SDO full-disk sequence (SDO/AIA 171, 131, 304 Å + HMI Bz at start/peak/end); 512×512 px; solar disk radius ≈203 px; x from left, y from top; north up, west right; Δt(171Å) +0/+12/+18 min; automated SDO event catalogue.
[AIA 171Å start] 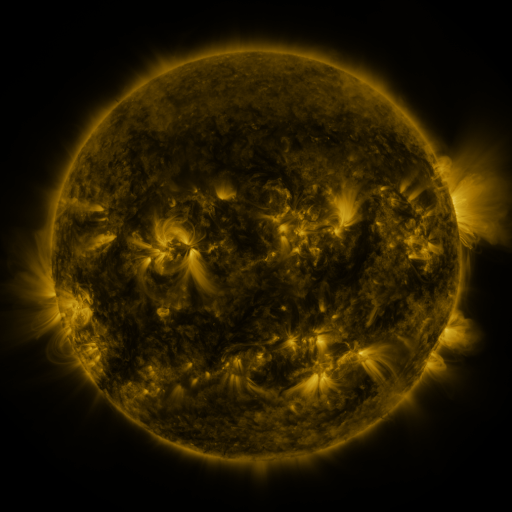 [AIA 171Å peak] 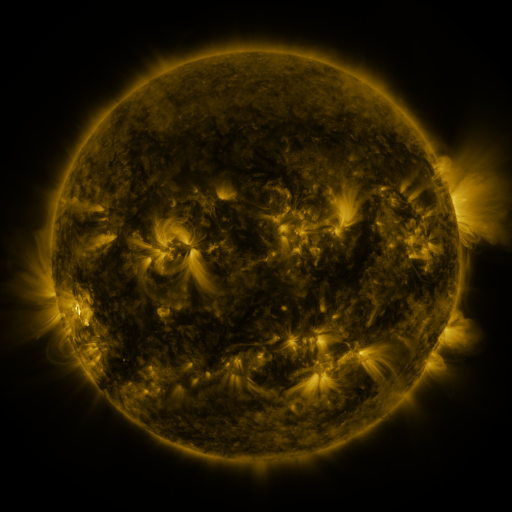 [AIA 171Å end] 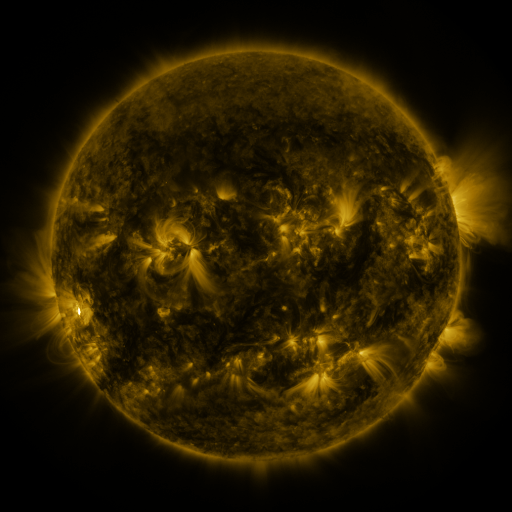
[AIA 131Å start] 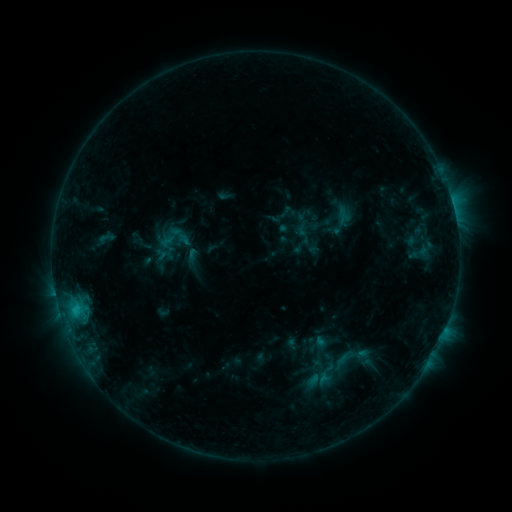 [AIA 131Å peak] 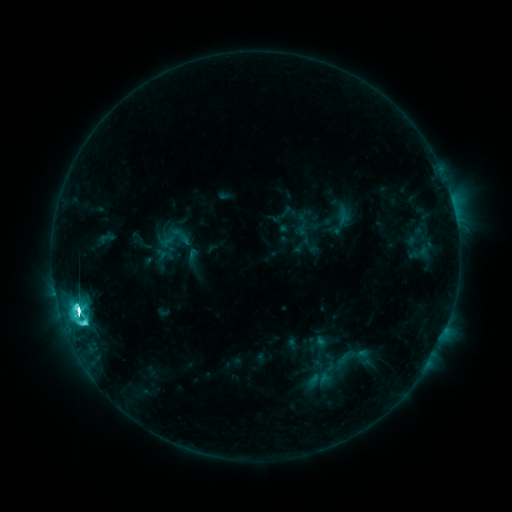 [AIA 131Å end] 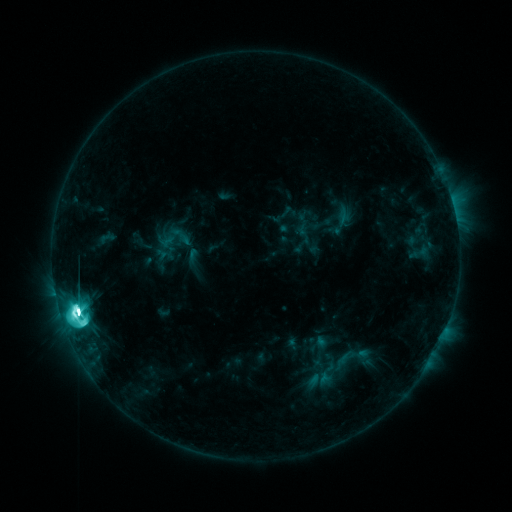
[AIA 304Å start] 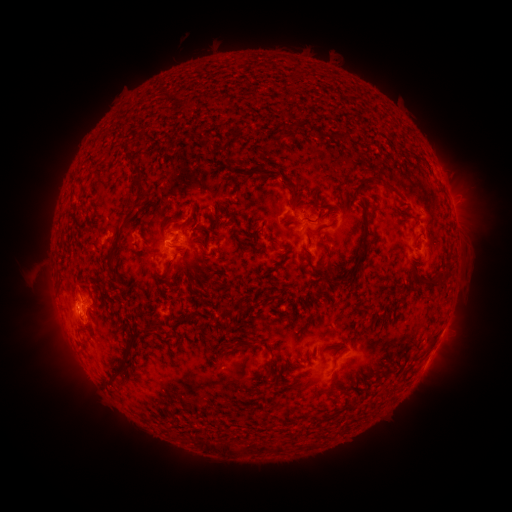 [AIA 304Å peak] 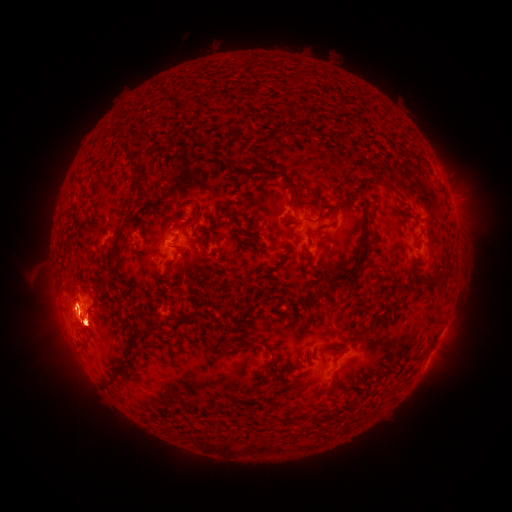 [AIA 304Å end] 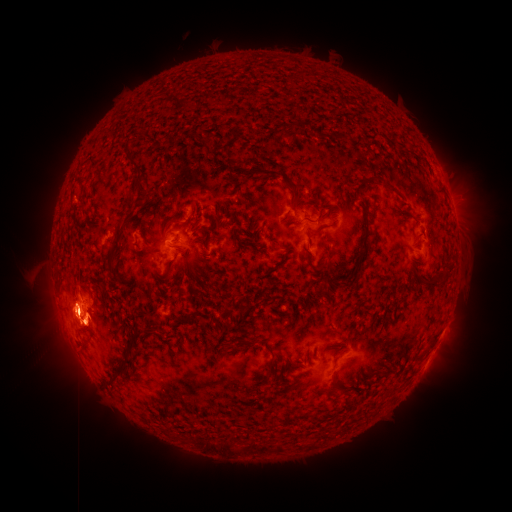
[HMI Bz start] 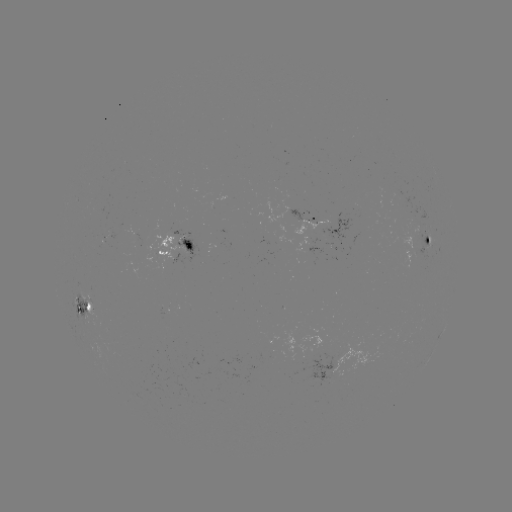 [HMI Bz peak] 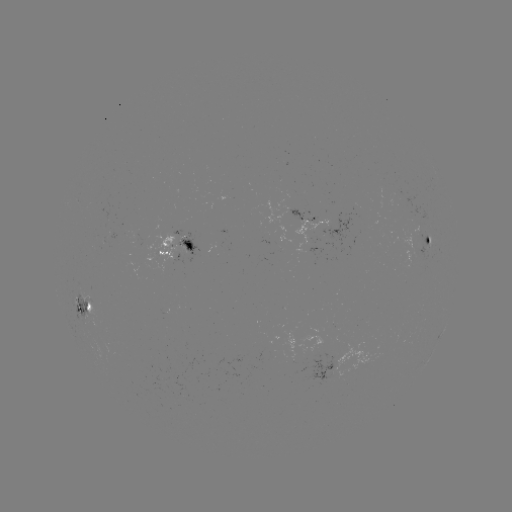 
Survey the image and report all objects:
M5.0 flare: (78, 312)
